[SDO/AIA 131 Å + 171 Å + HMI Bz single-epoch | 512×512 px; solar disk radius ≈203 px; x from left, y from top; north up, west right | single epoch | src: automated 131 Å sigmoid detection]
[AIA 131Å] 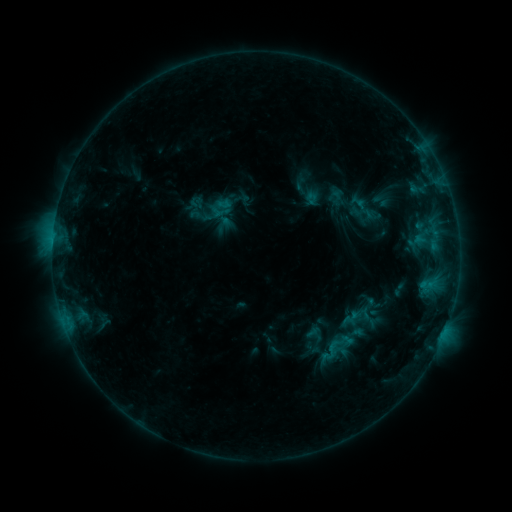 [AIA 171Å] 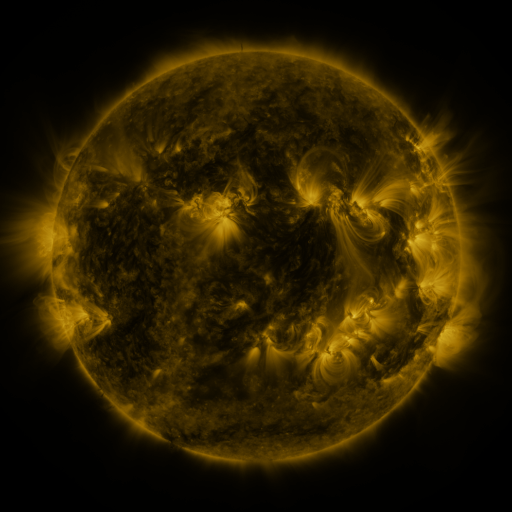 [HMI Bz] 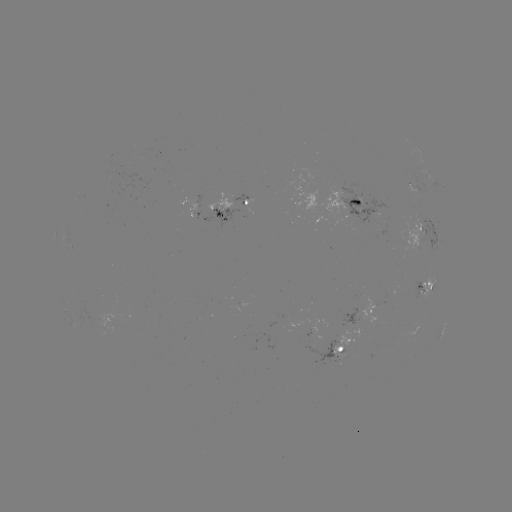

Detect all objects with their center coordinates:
sigmoid: (322, 339, 341, 359)
